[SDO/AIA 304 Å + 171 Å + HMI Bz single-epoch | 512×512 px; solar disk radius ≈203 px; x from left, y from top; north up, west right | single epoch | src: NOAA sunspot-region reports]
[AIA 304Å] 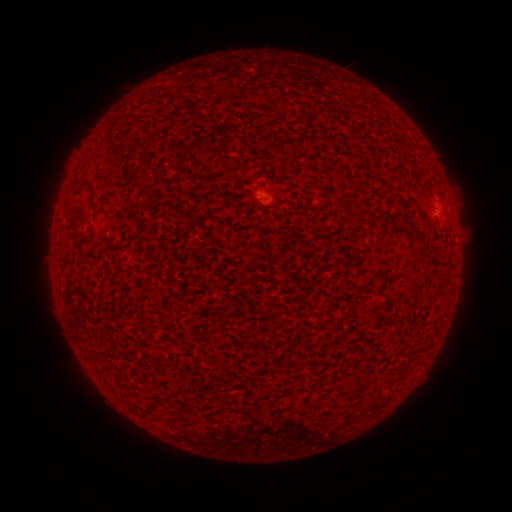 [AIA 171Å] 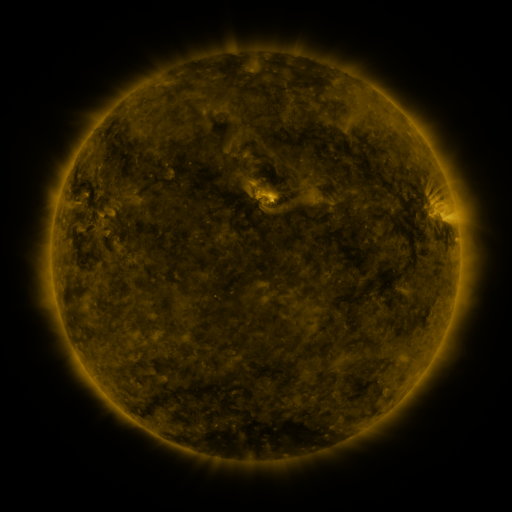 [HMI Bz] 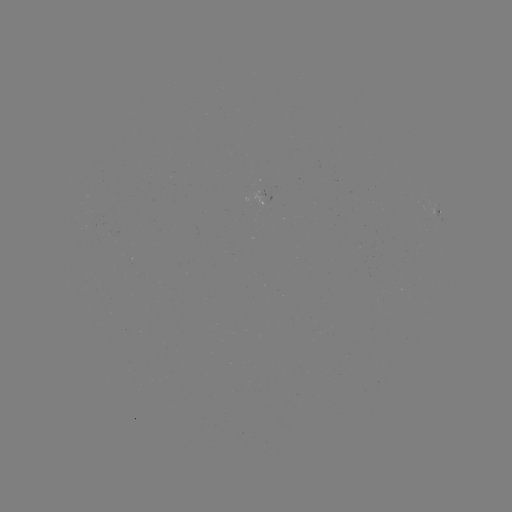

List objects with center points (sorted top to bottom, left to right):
spotted active region: (269, 194)
spotted active region: (438, 212)
